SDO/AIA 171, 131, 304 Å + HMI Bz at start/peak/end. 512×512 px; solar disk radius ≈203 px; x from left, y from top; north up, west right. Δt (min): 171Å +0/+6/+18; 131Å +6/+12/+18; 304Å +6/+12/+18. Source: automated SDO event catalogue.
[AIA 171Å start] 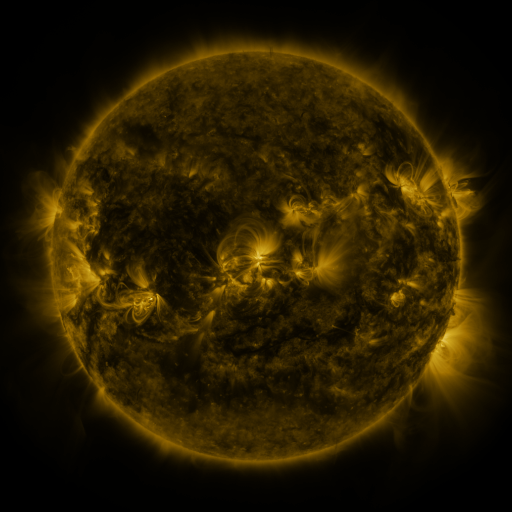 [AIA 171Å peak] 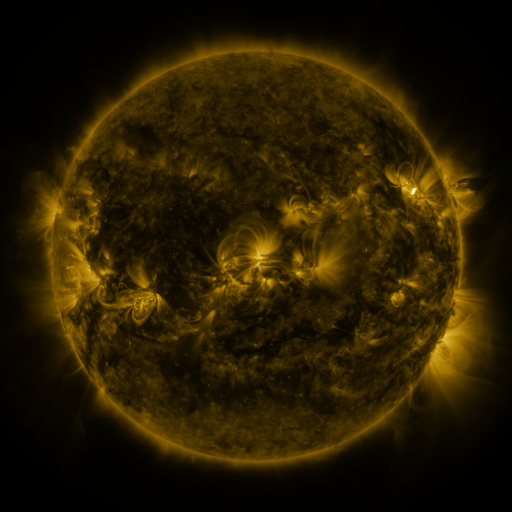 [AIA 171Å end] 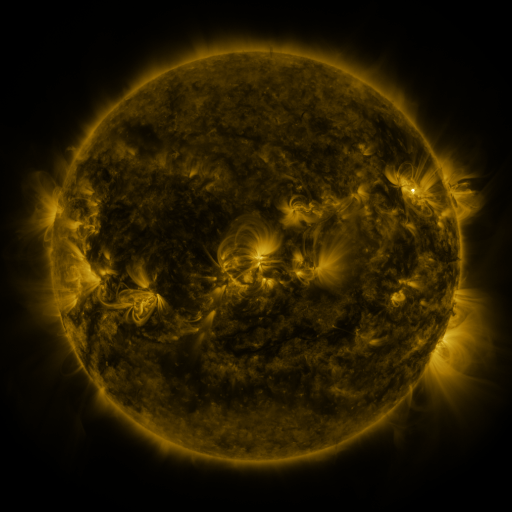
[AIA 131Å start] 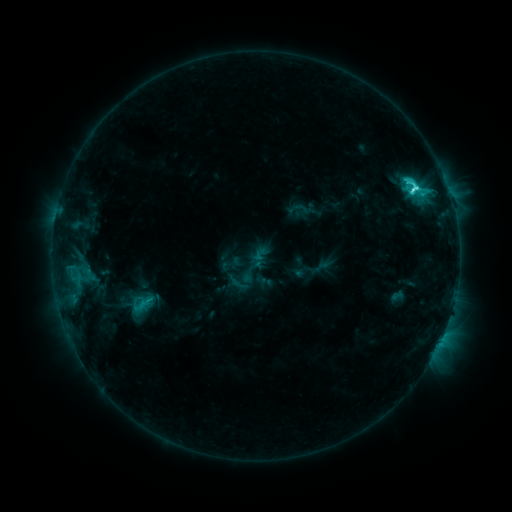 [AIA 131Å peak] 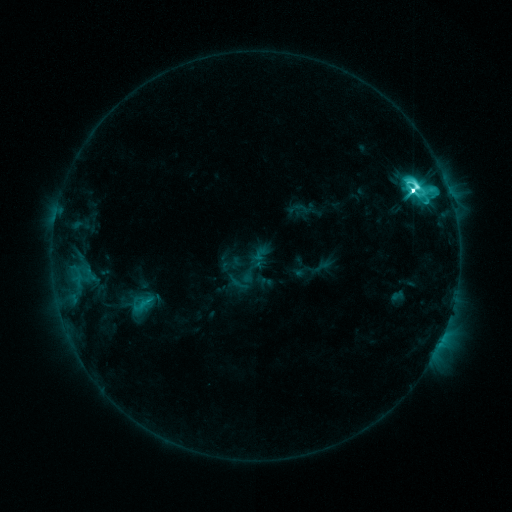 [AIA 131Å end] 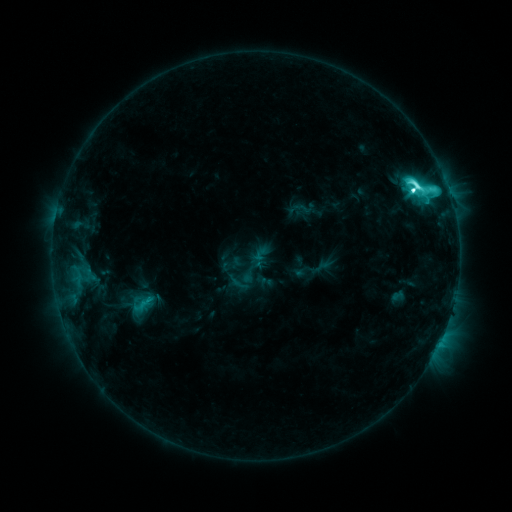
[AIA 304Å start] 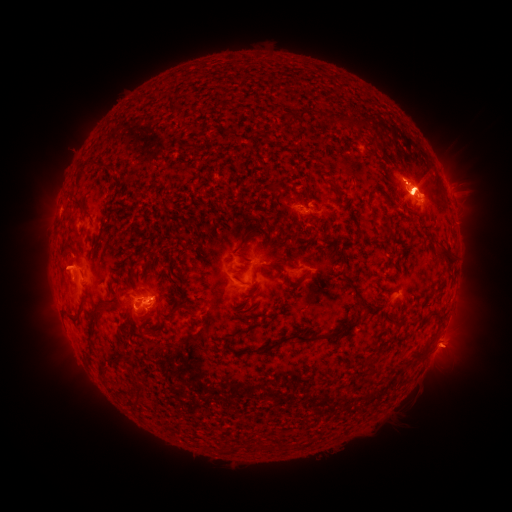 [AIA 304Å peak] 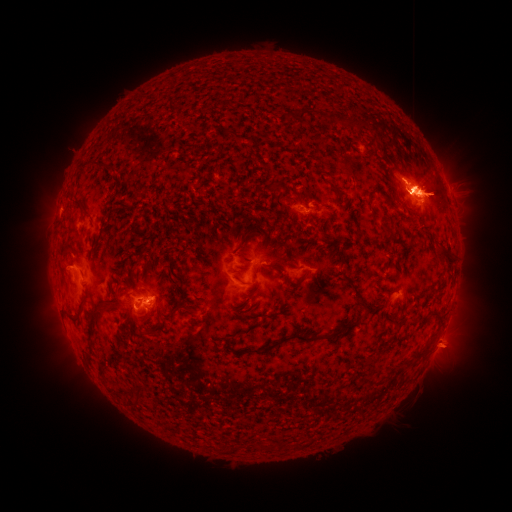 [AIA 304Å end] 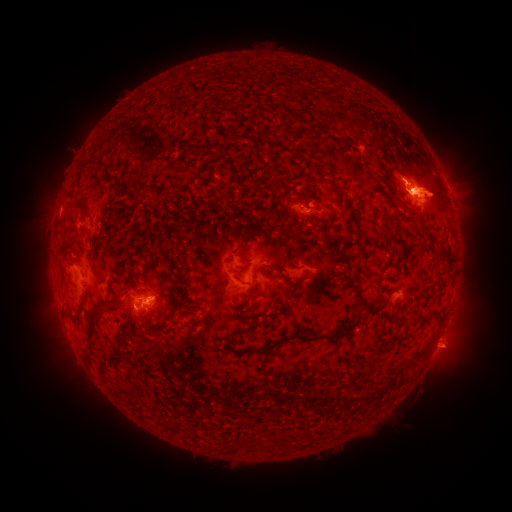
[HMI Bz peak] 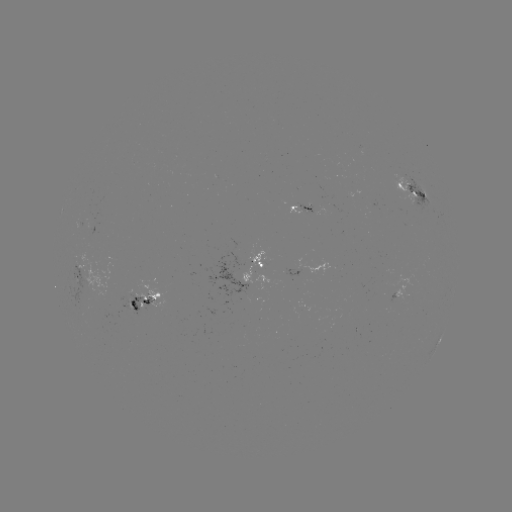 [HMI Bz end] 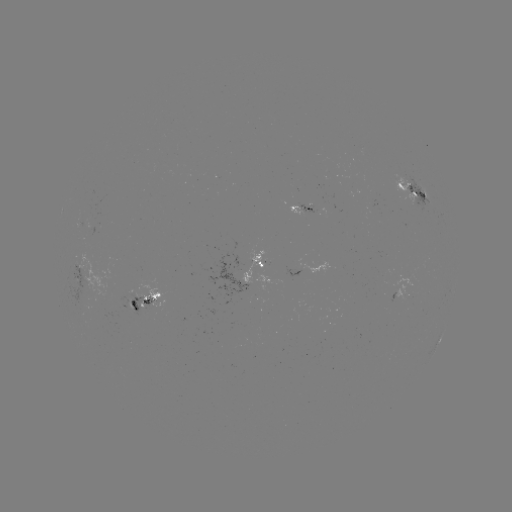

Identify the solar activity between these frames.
eruption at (49, 265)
